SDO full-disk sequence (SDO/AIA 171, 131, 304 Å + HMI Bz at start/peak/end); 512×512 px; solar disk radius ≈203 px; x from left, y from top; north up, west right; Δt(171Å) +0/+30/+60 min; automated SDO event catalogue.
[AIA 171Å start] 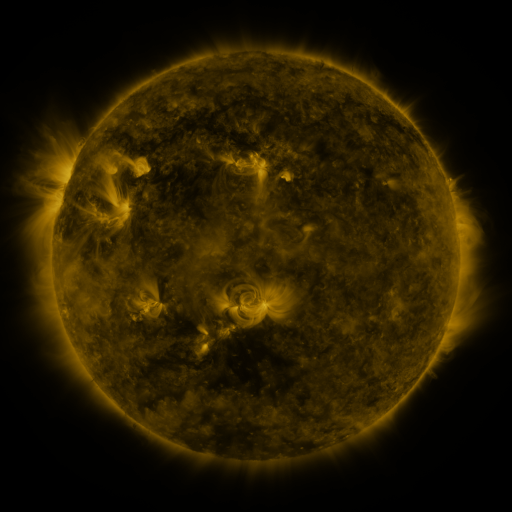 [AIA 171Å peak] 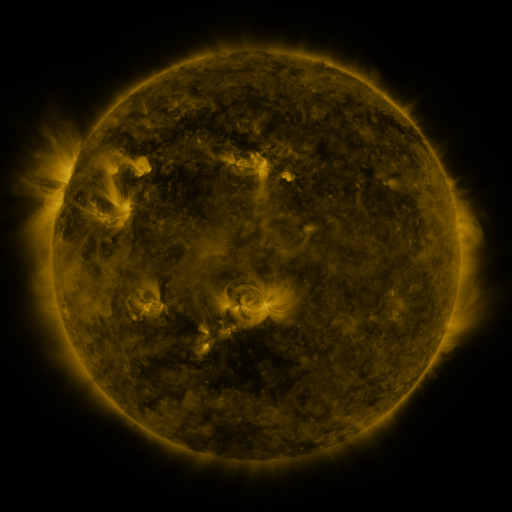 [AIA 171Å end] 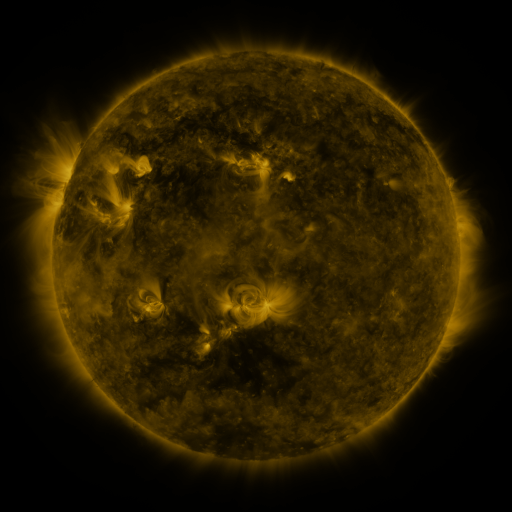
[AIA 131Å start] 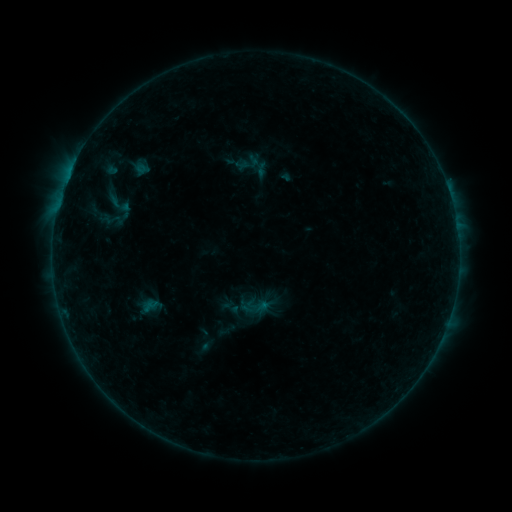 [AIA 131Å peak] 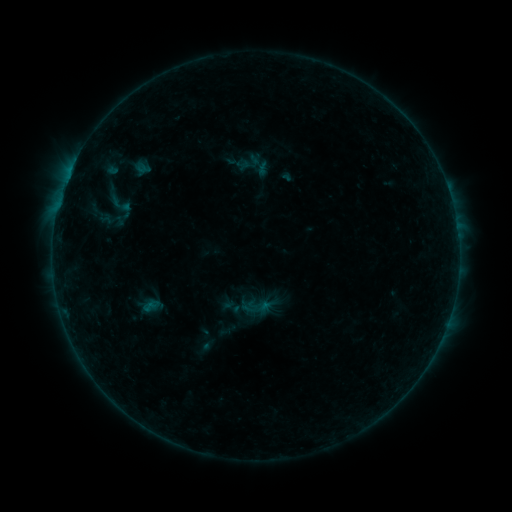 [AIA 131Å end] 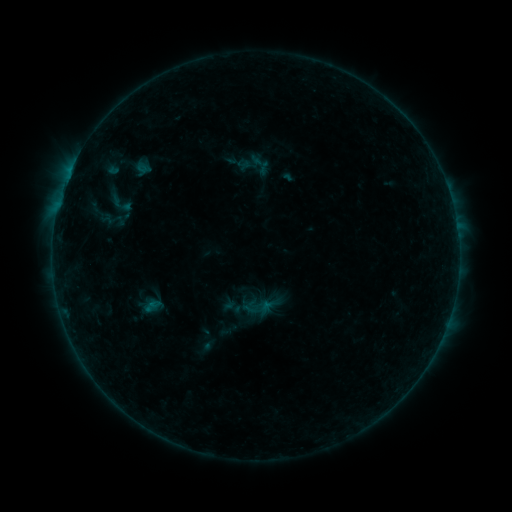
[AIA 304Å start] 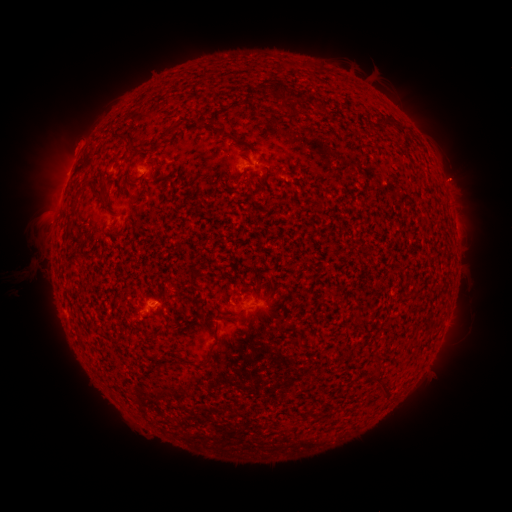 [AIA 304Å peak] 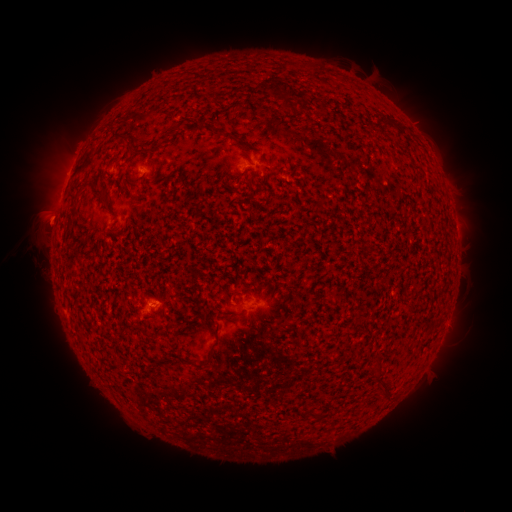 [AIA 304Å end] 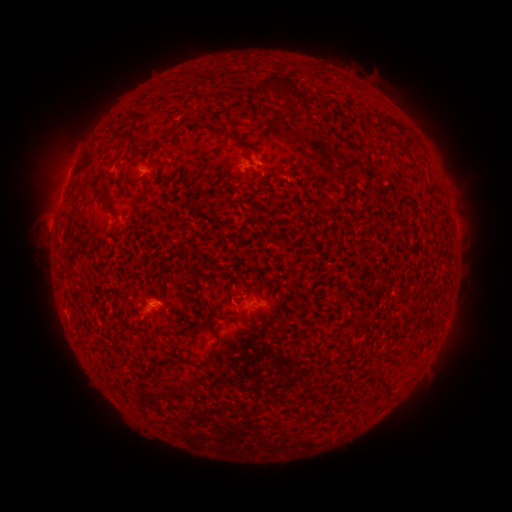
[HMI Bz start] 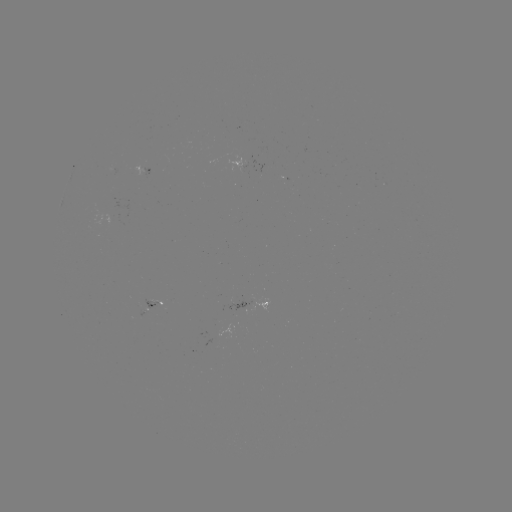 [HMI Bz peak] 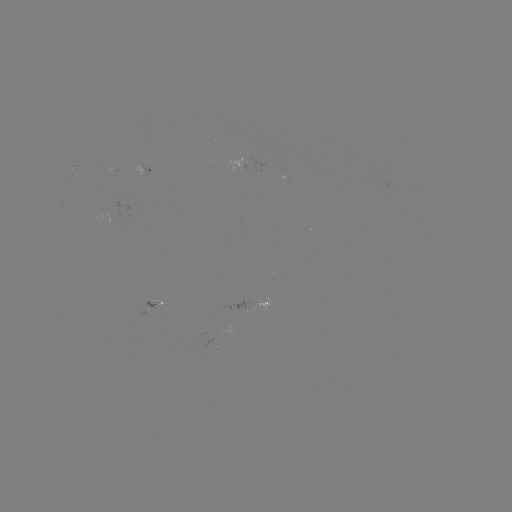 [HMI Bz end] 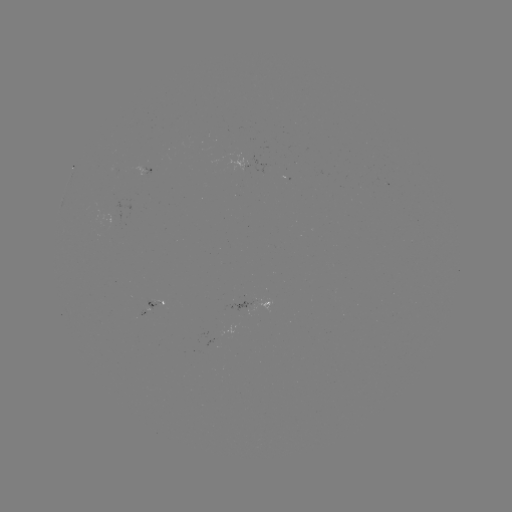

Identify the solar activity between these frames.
eruption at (43, 221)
